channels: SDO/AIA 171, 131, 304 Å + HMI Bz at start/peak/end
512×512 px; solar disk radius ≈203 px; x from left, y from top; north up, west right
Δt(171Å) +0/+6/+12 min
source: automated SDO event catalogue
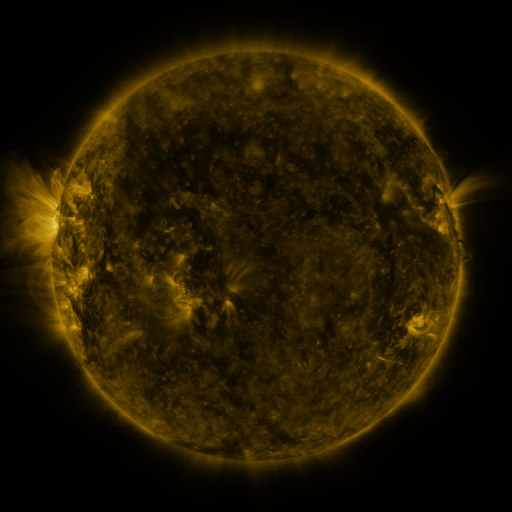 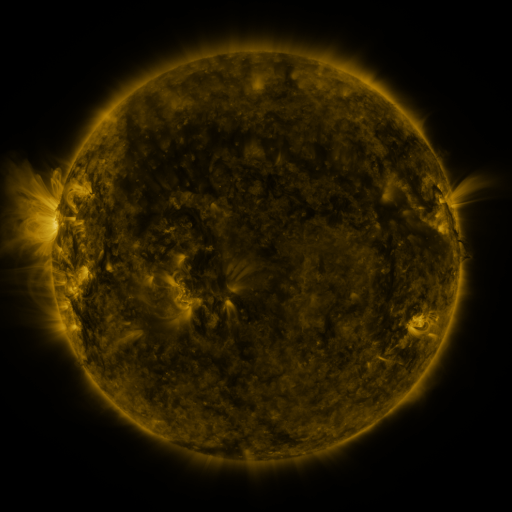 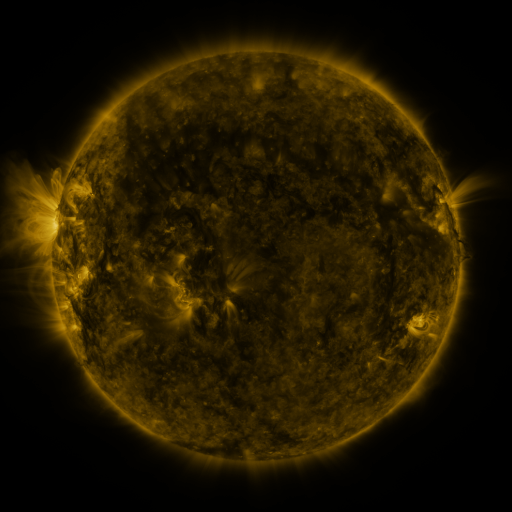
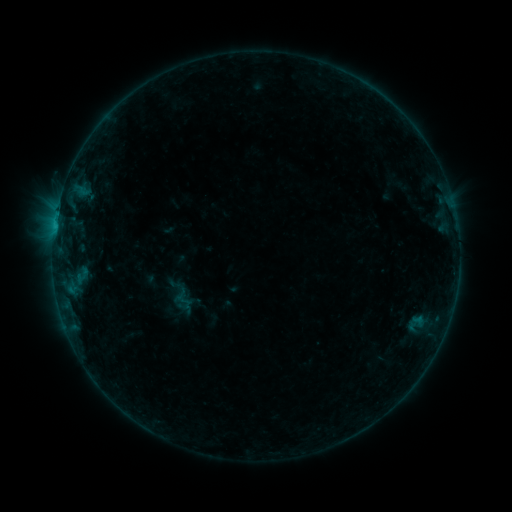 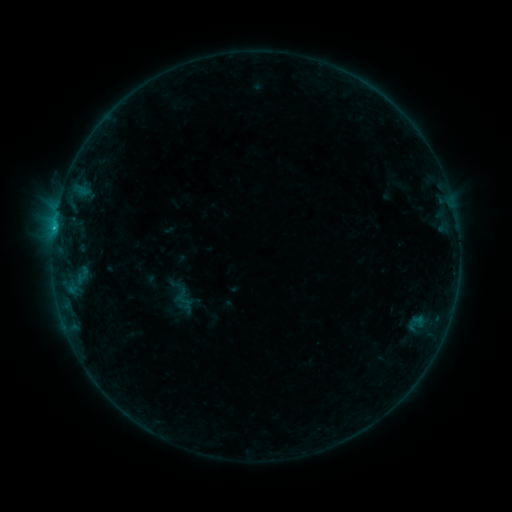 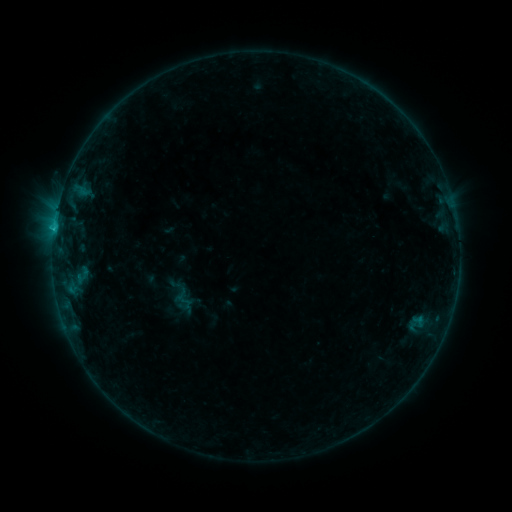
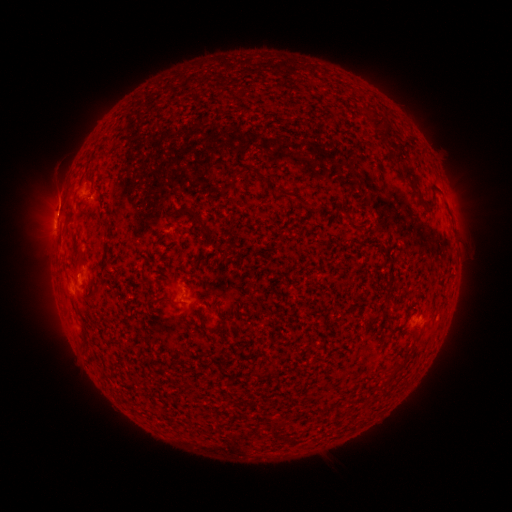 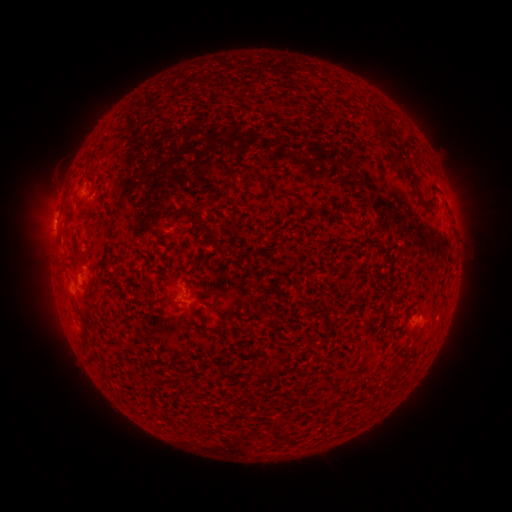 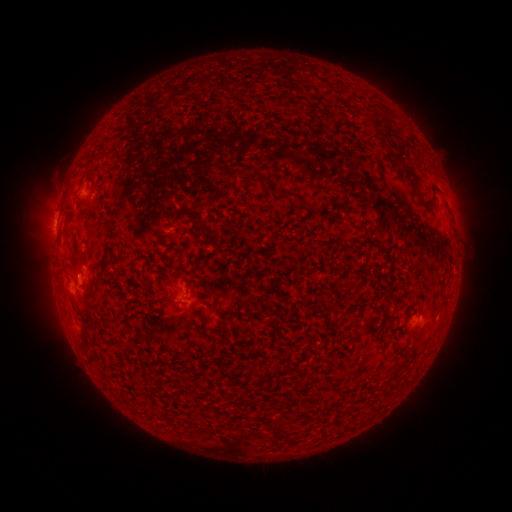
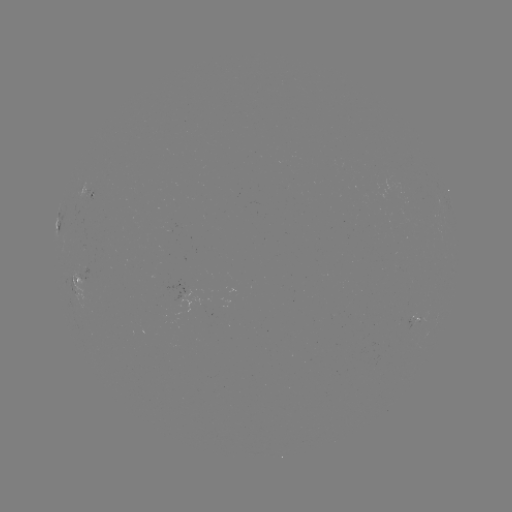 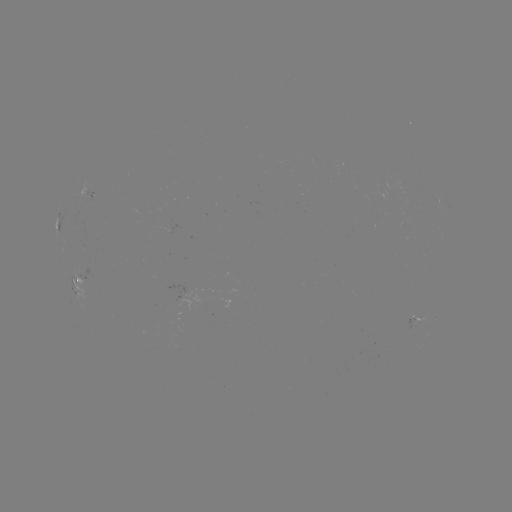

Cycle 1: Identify B5.5 flare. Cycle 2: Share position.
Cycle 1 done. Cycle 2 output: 54,231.